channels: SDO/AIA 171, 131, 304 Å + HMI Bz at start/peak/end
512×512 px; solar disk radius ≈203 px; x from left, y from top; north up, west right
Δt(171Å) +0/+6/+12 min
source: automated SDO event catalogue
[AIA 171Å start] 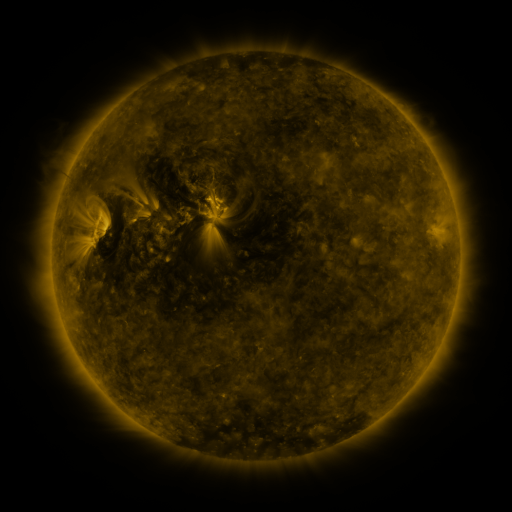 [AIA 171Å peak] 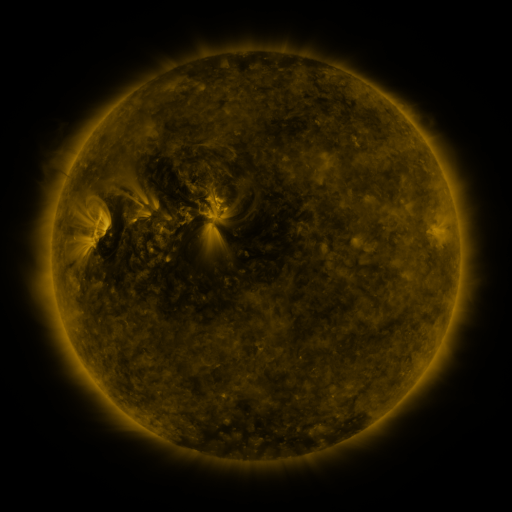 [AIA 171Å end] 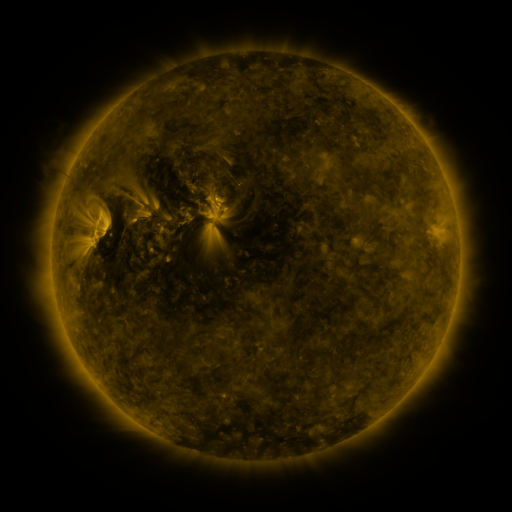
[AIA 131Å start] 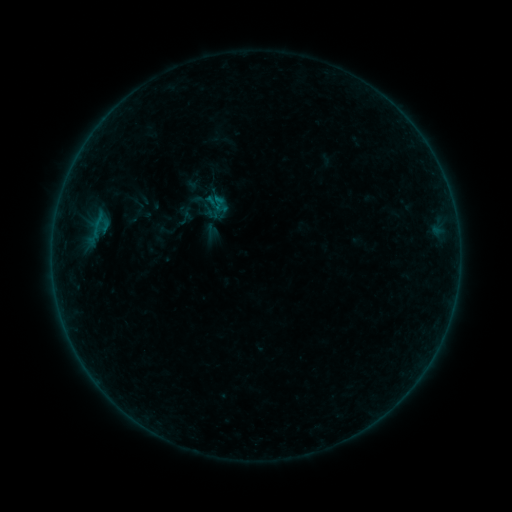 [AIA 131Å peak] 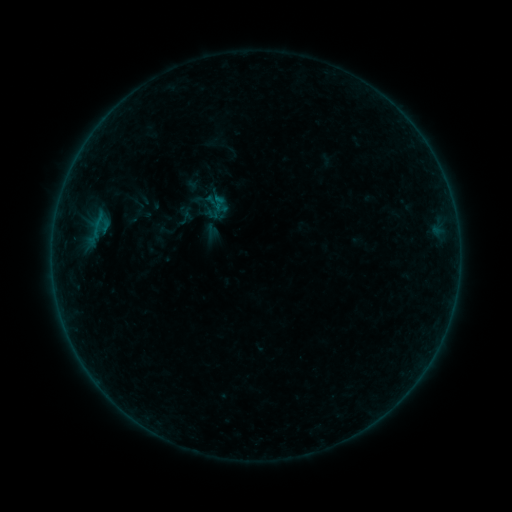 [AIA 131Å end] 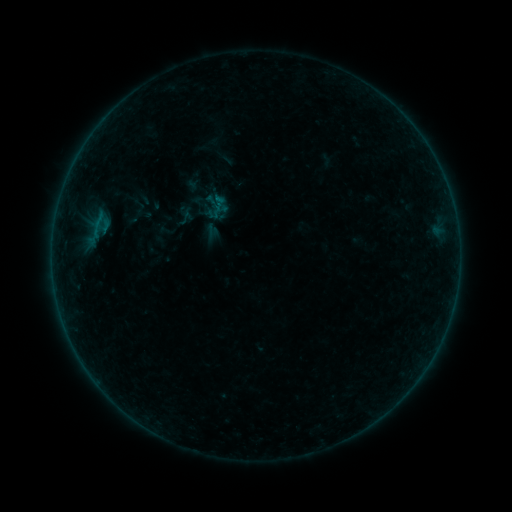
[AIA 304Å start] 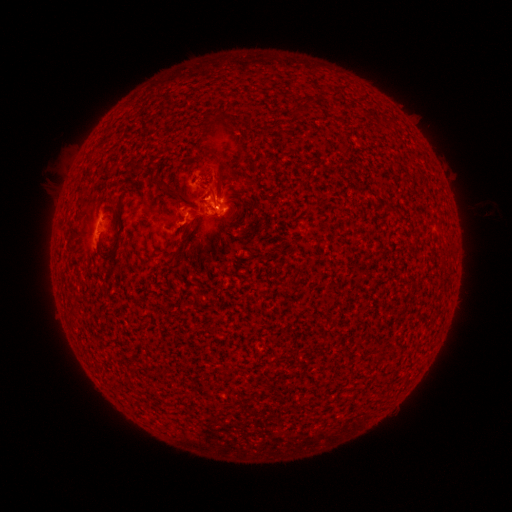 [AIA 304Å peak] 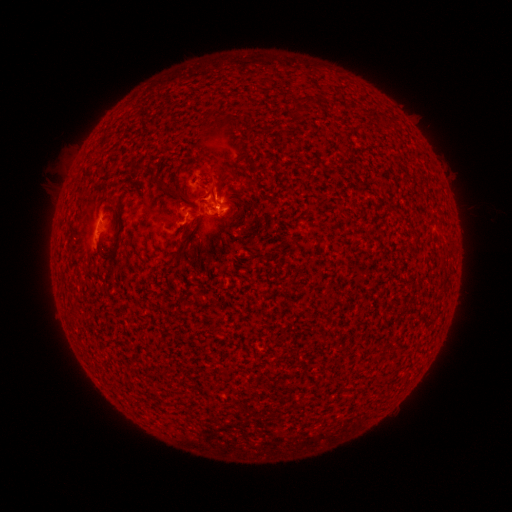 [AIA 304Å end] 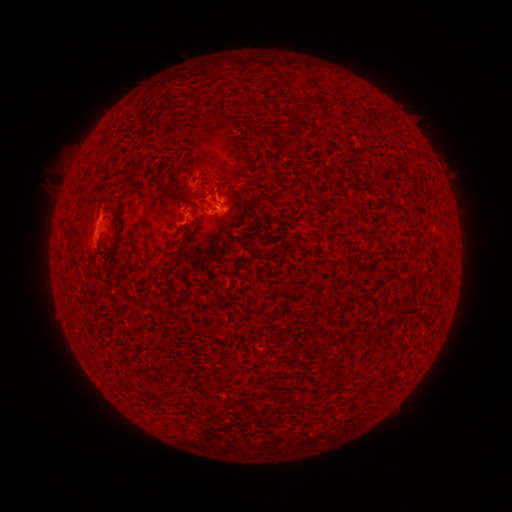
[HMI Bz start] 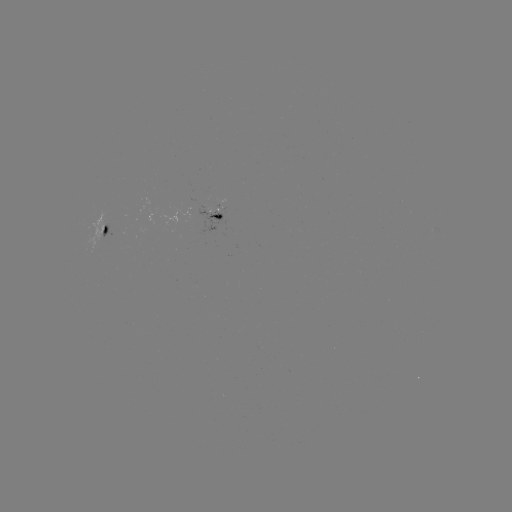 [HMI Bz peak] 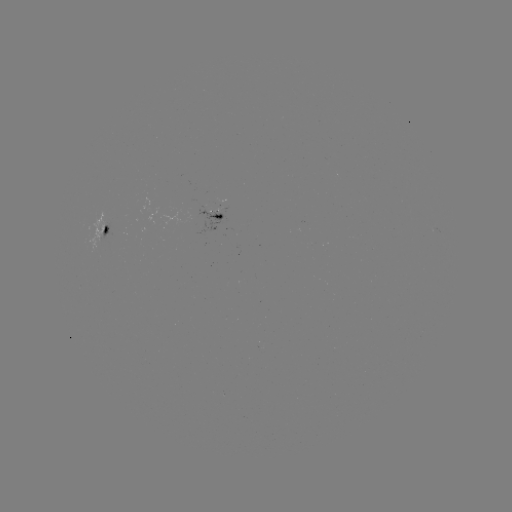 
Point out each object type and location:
eruption: (224, 153)
